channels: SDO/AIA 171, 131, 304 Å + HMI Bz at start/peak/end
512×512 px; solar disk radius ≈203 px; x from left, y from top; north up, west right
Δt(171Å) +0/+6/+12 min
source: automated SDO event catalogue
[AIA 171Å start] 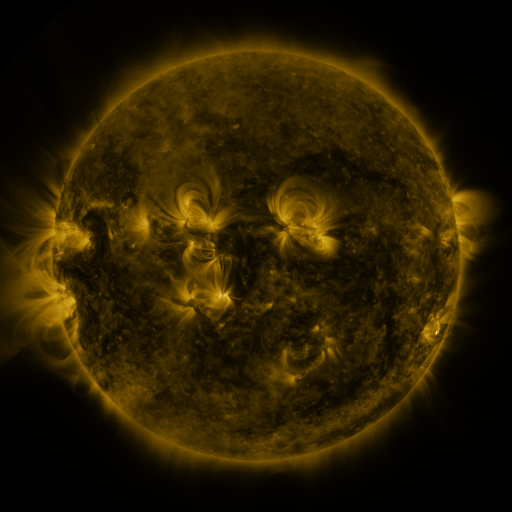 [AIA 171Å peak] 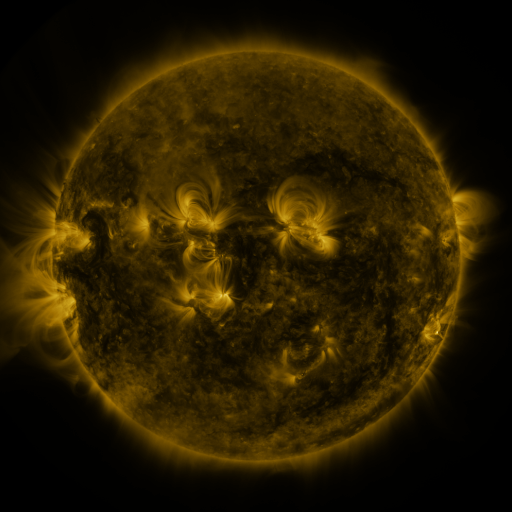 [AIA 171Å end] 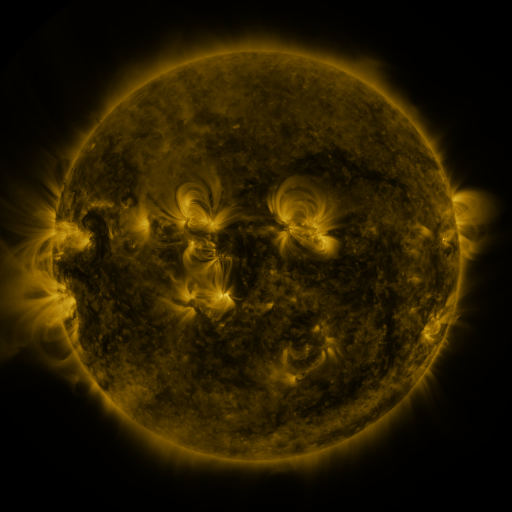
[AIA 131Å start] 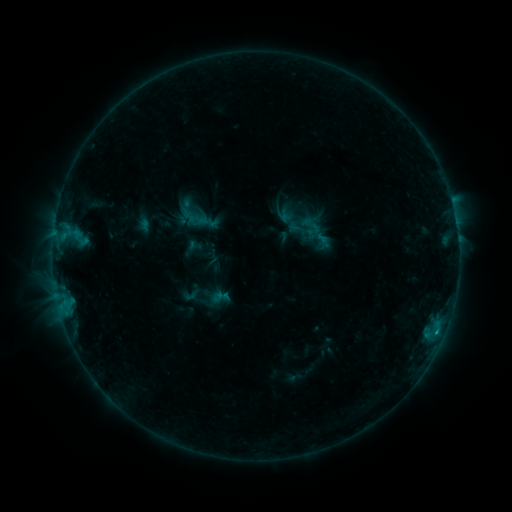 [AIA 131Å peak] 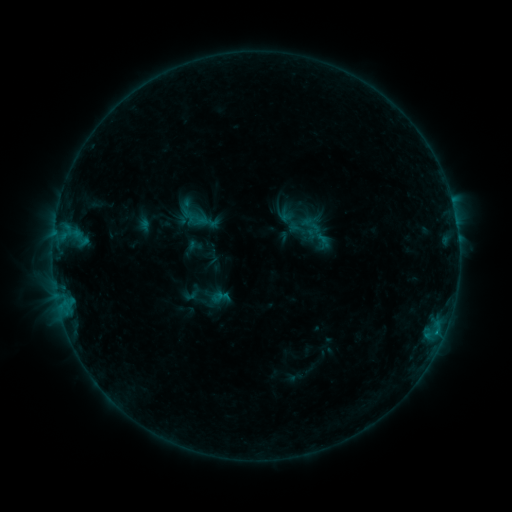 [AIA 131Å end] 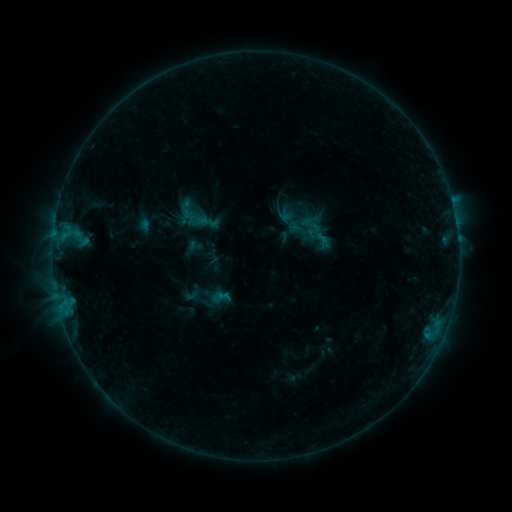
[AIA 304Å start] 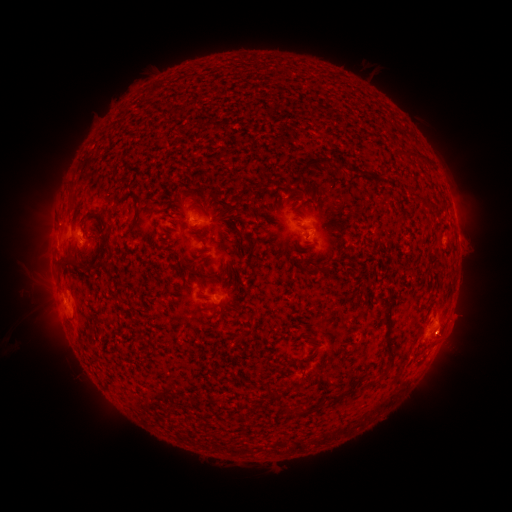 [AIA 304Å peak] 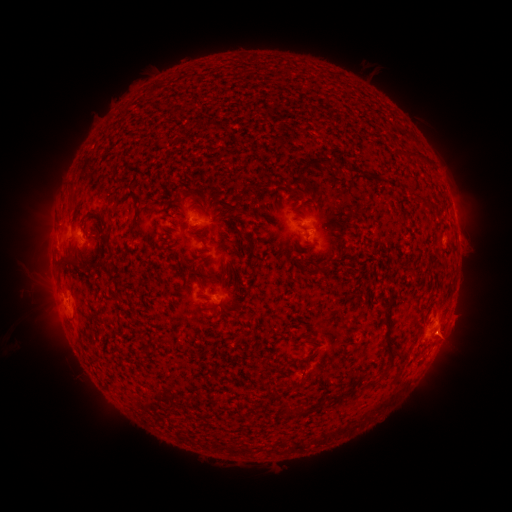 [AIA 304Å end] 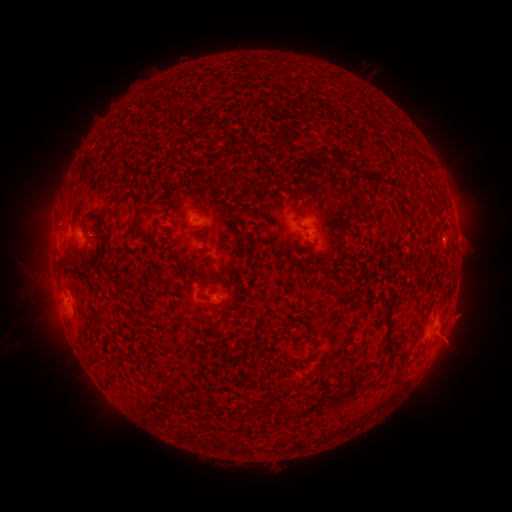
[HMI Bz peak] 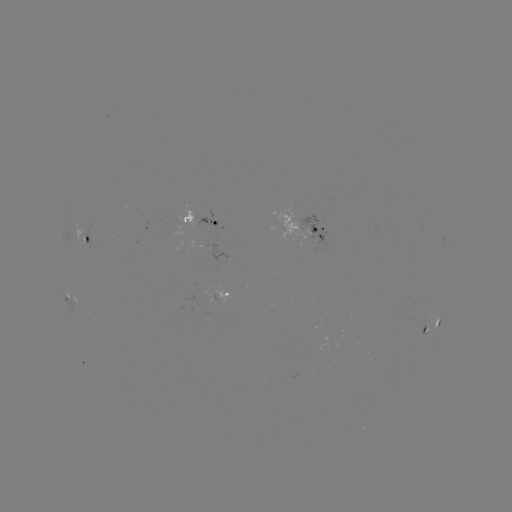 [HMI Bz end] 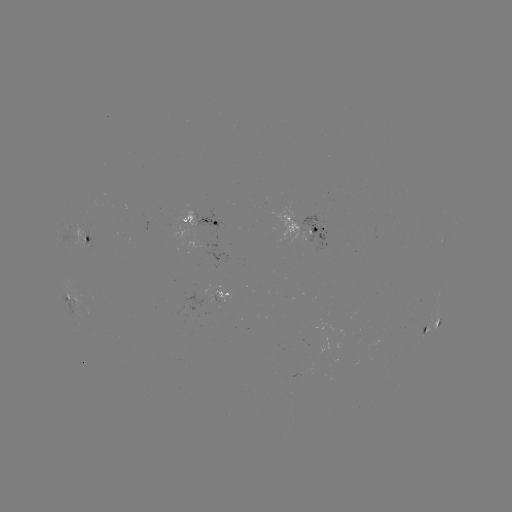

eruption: <bbox>417, 310, 468, 359</bbox>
